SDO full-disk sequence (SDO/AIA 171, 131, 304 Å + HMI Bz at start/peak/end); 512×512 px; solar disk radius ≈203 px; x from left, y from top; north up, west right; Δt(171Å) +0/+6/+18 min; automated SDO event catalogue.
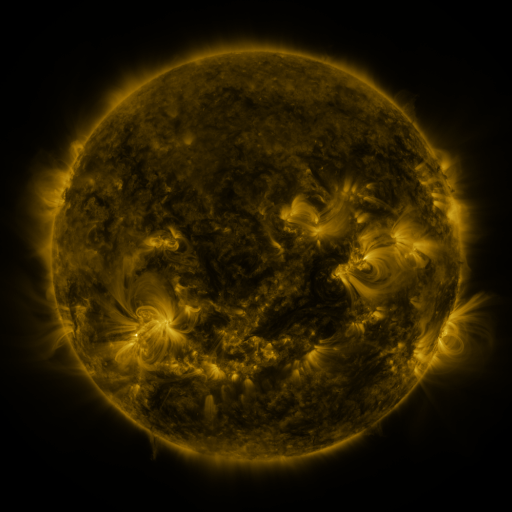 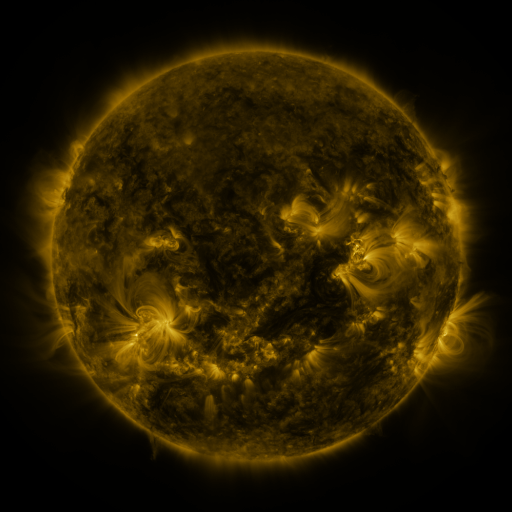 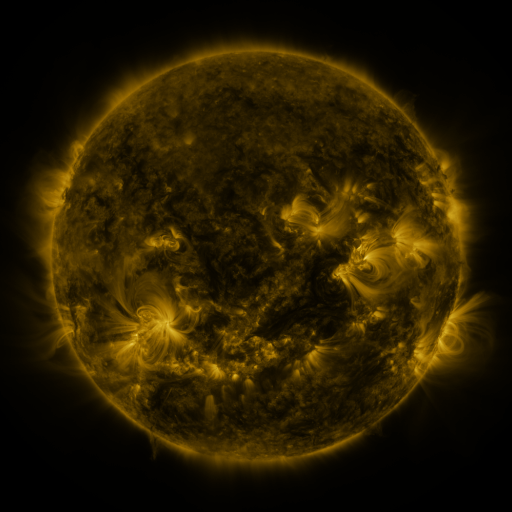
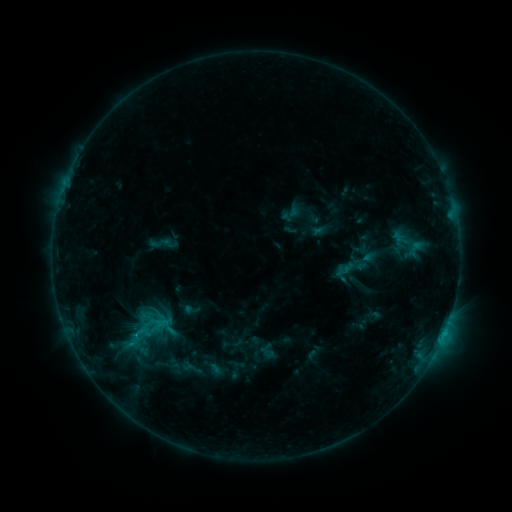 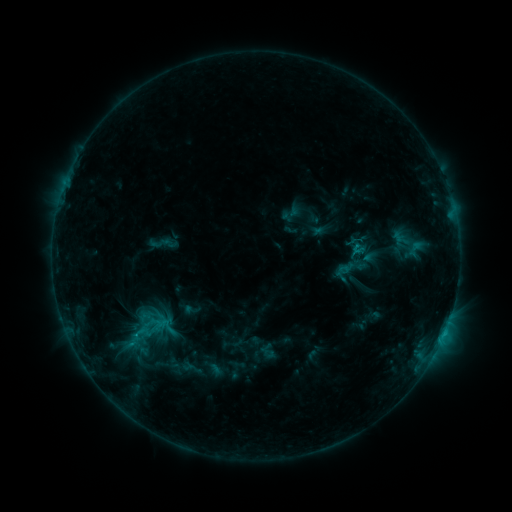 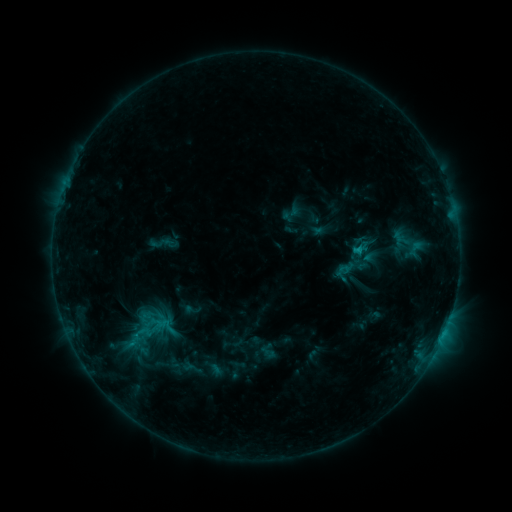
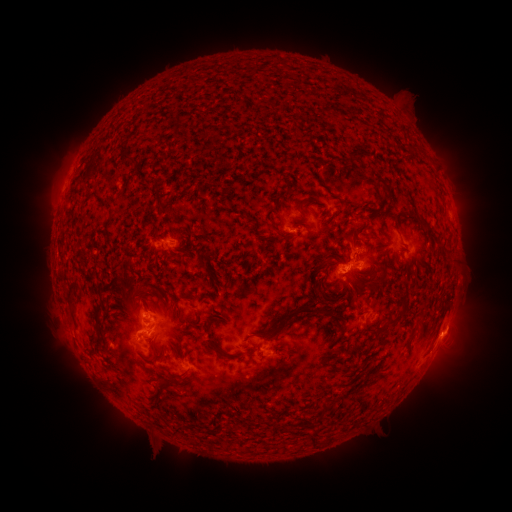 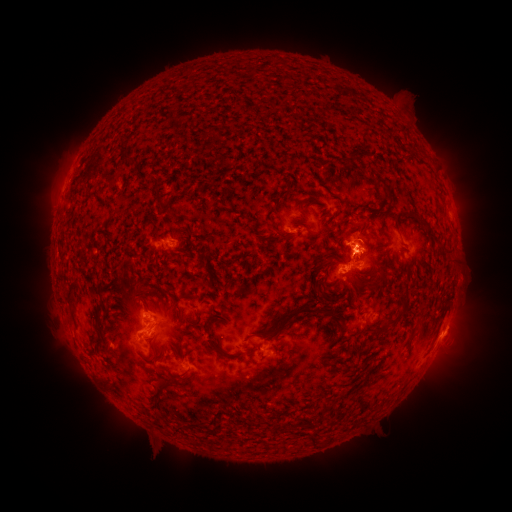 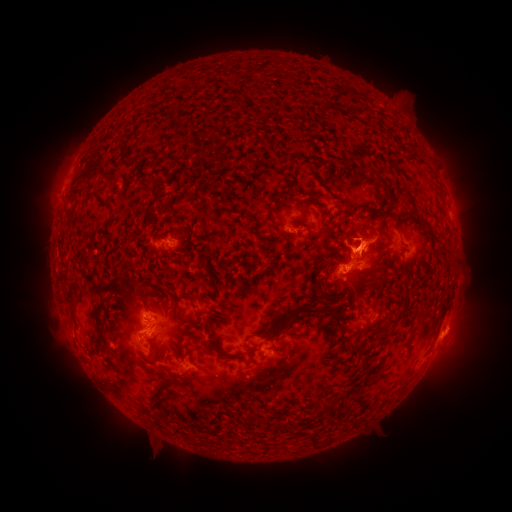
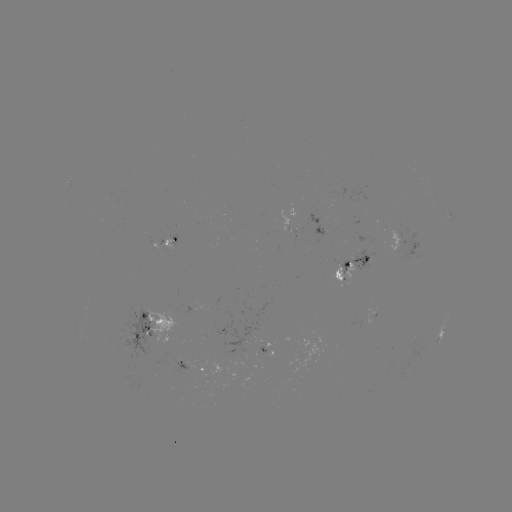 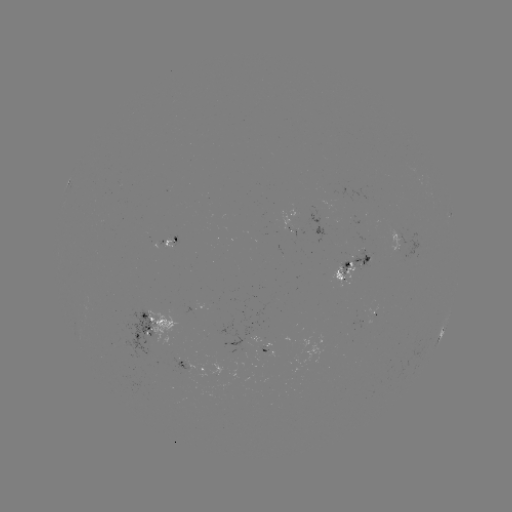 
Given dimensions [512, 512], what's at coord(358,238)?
eruption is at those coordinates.